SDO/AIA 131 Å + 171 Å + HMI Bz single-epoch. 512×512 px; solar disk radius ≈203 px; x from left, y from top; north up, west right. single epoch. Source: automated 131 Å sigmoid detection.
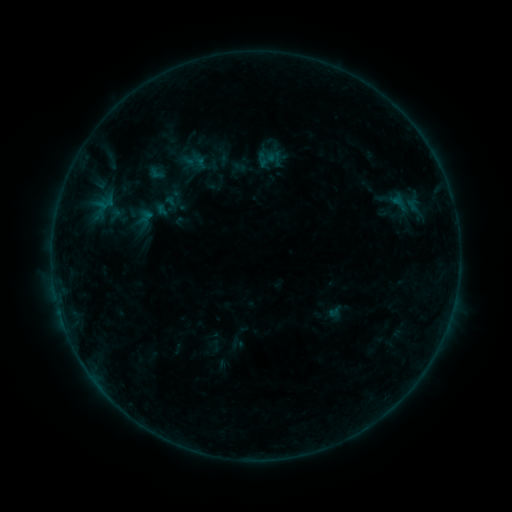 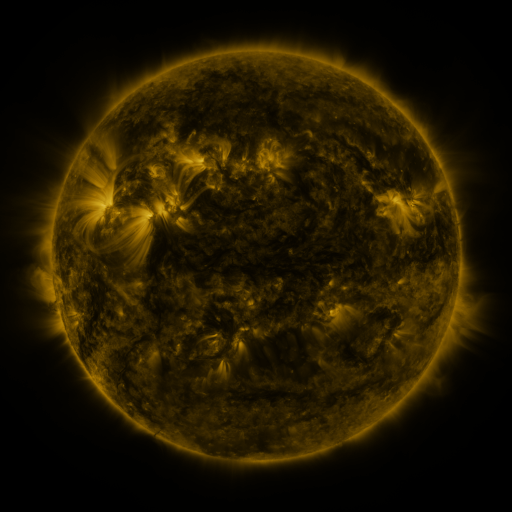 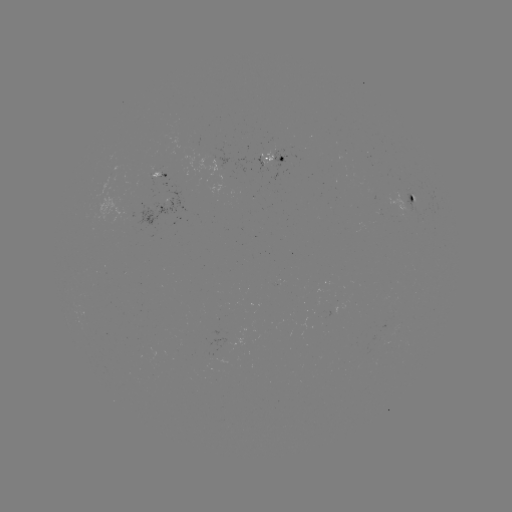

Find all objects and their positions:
sigmoid: (269, 158)
sigmoid: (157, 173)
